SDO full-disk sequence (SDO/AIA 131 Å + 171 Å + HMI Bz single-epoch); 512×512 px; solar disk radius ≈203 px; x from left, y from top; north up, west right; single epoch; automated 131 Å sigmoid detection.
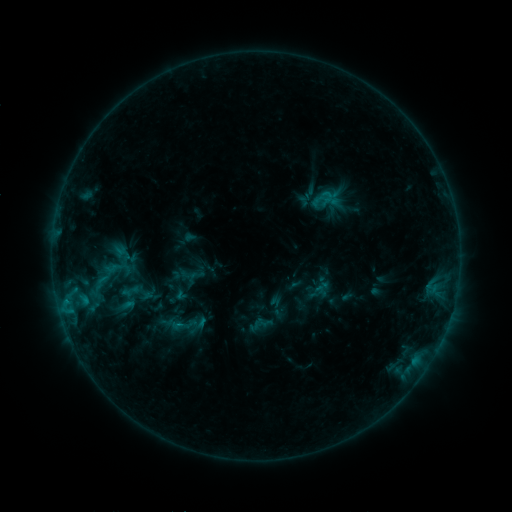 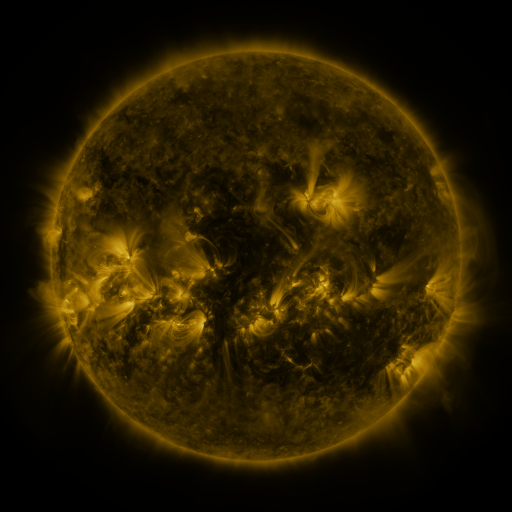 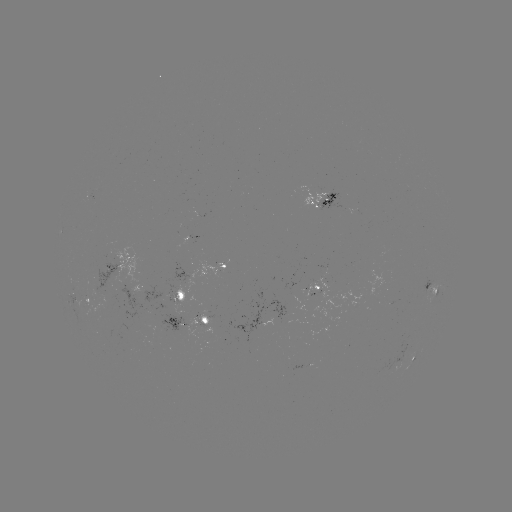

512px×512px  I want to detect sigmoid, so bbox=[89, 273, 112, 292].